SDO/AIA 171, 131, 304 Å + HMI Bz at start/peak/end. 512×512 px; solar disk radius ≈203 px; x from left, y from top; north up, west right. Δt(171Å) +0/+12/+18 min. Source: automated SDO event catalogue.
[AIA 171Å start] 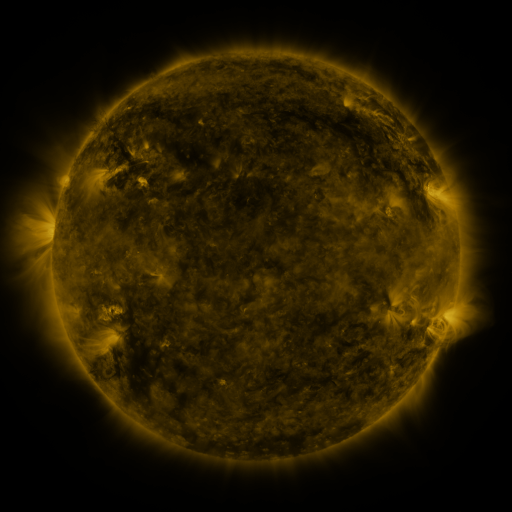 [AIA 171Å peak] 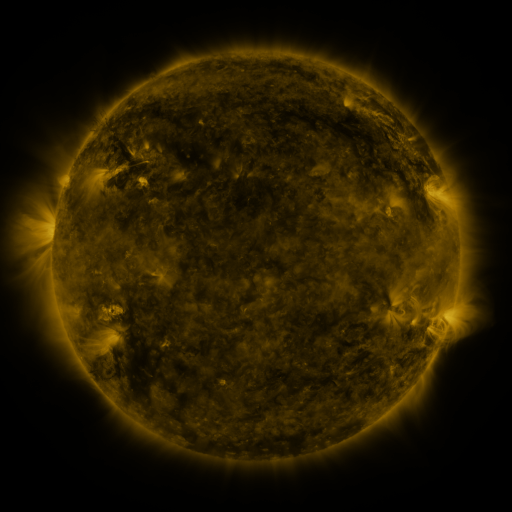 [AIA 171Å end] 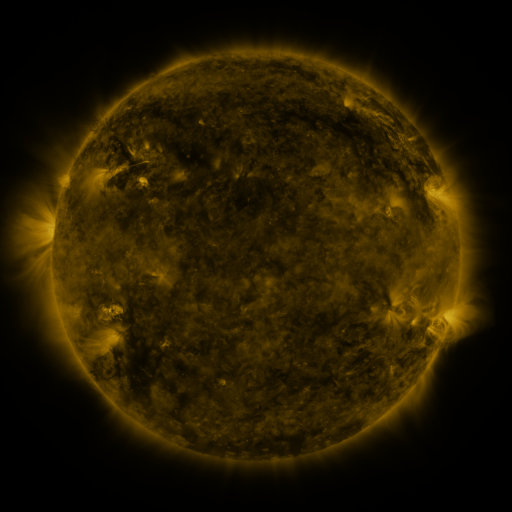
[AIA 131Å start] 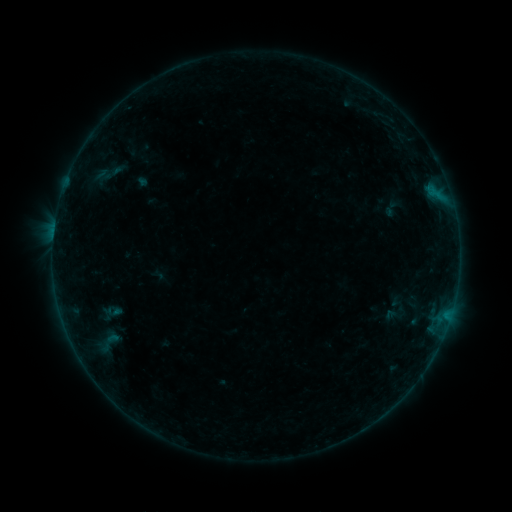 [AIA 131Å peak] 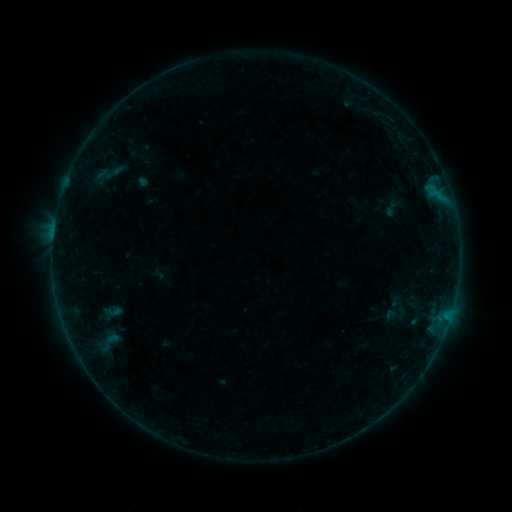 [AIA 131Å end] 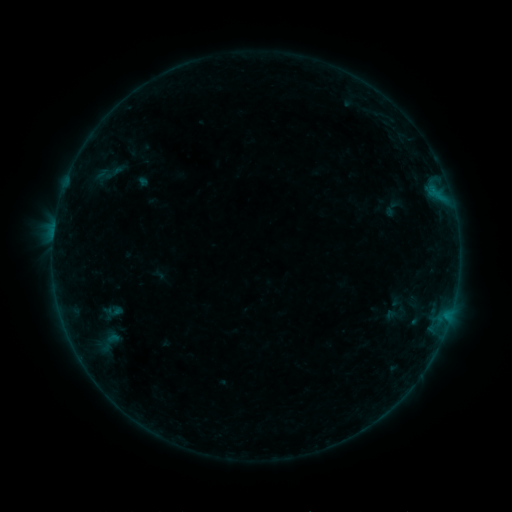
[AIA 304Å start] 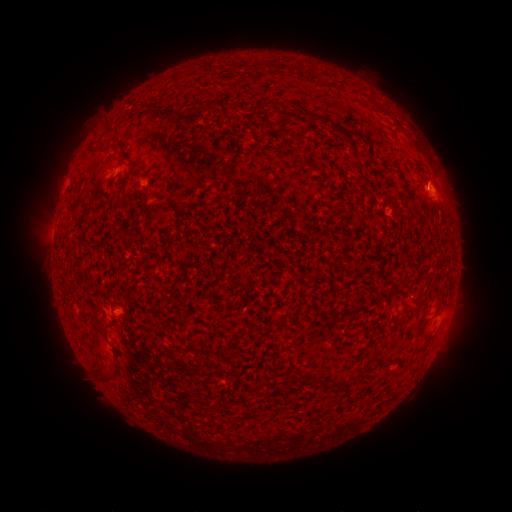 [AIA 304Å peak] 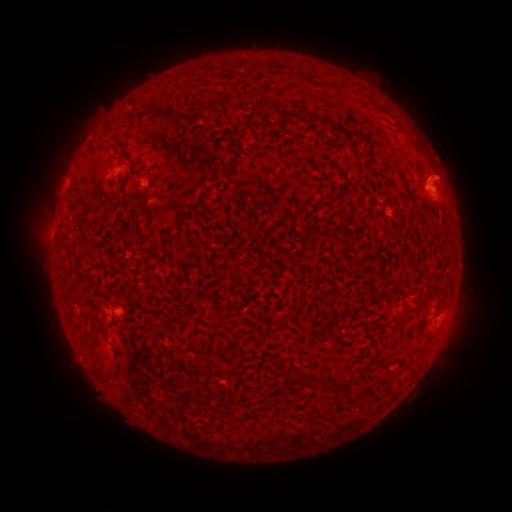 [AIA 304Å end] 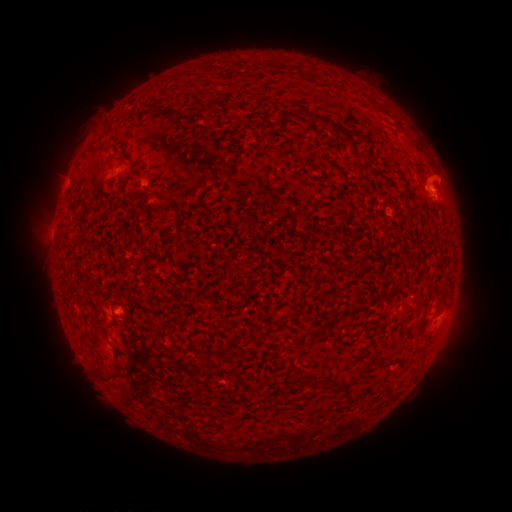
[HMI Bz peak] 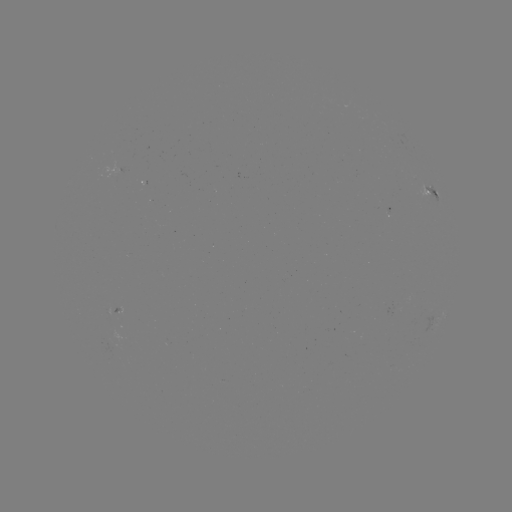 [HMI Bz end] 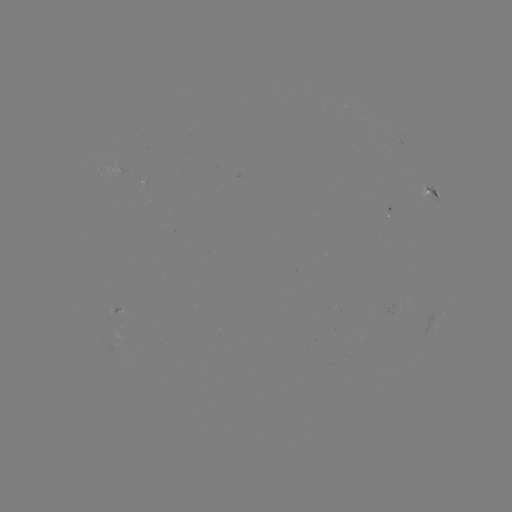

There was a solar eruption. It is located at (445, 179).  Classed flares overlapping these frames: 1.